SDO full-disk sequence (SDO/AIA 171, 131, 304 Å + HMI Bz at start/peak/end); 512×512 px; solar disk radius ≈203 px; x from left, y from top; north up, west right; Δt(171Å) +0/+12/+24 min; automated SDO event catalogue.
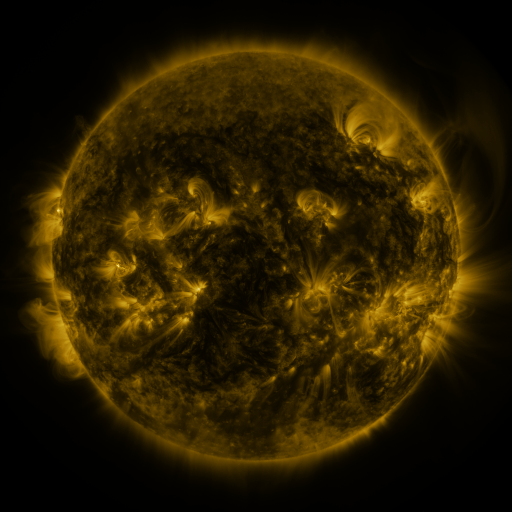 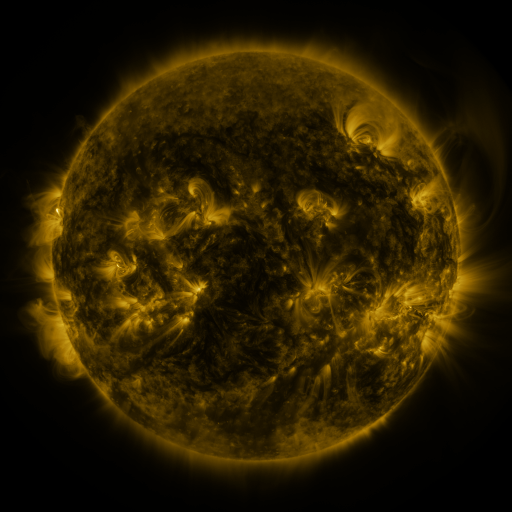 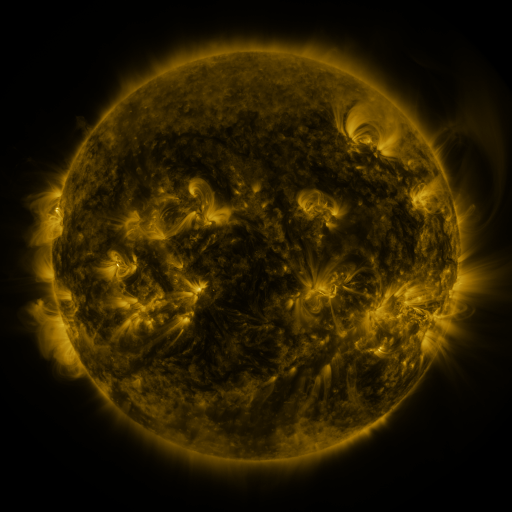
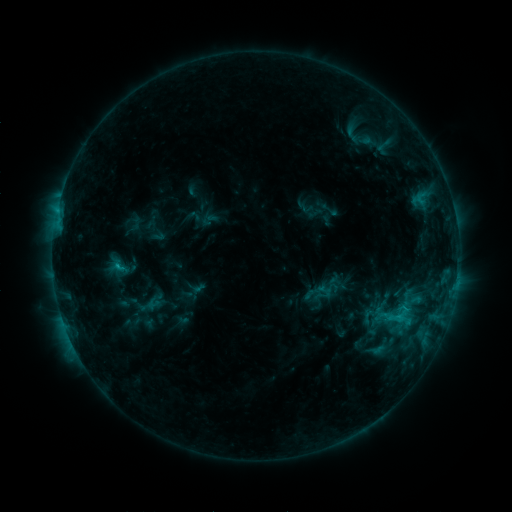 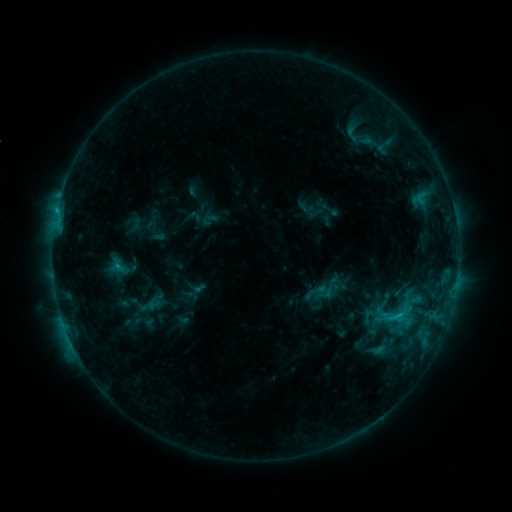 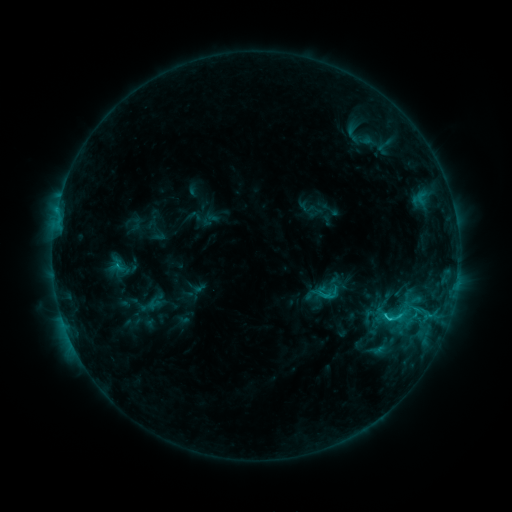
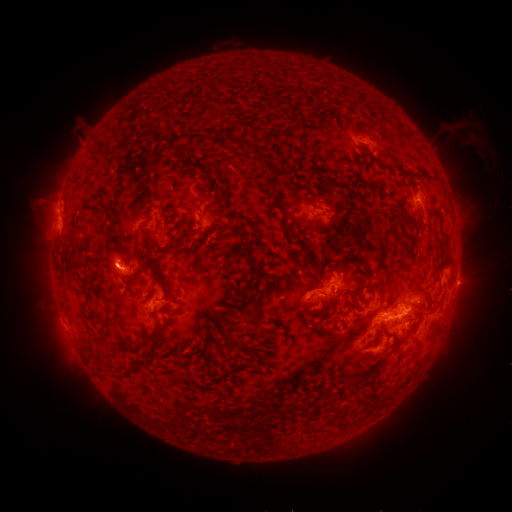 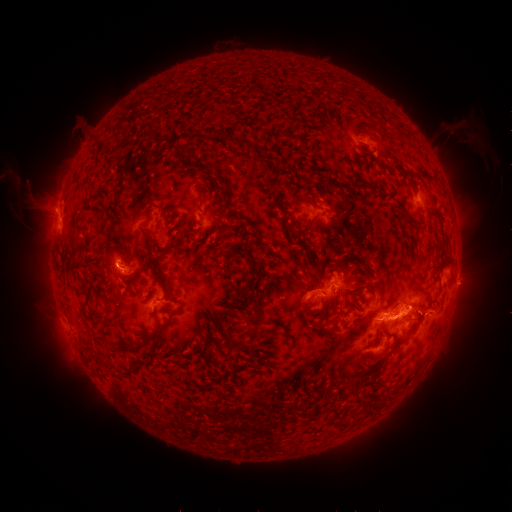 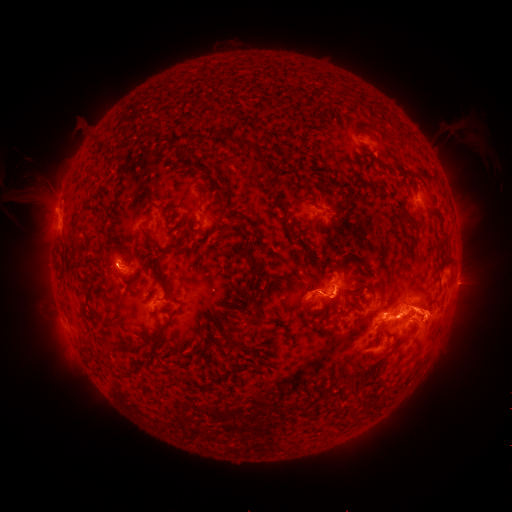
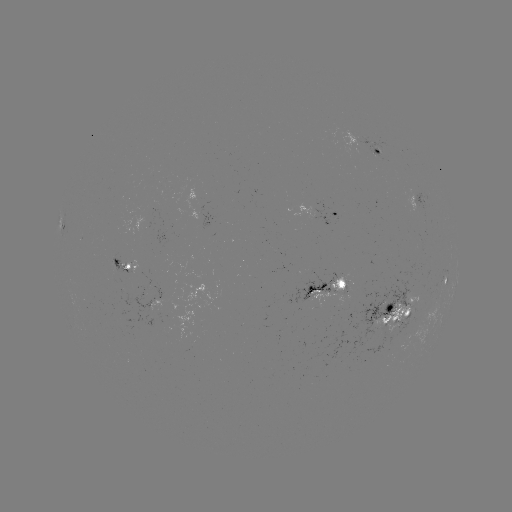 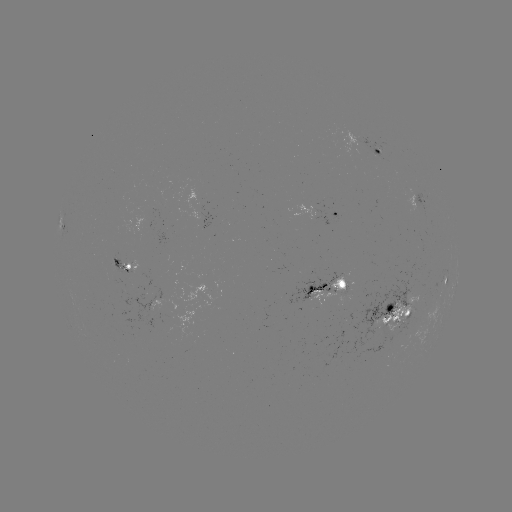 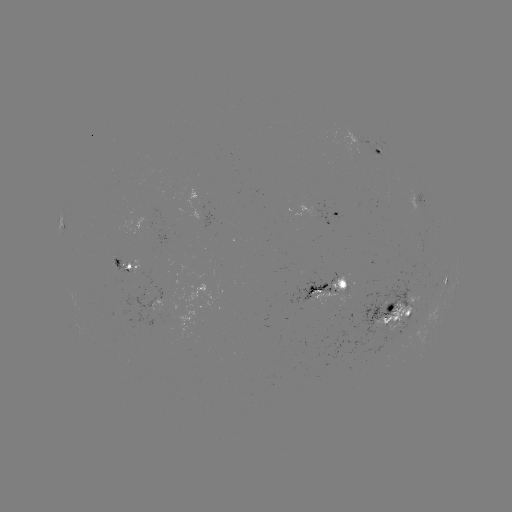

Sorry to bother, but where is eruption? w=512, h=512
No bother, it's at (43, 196).